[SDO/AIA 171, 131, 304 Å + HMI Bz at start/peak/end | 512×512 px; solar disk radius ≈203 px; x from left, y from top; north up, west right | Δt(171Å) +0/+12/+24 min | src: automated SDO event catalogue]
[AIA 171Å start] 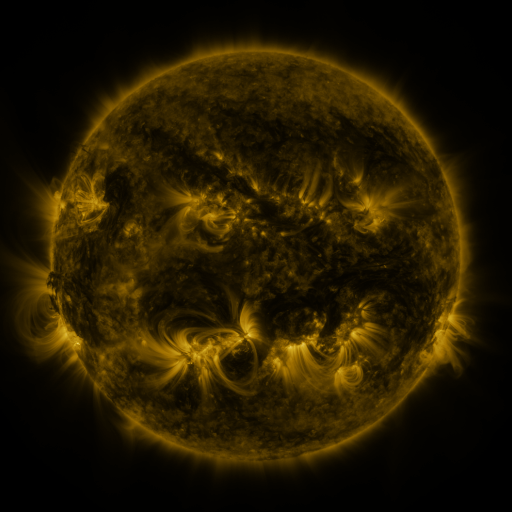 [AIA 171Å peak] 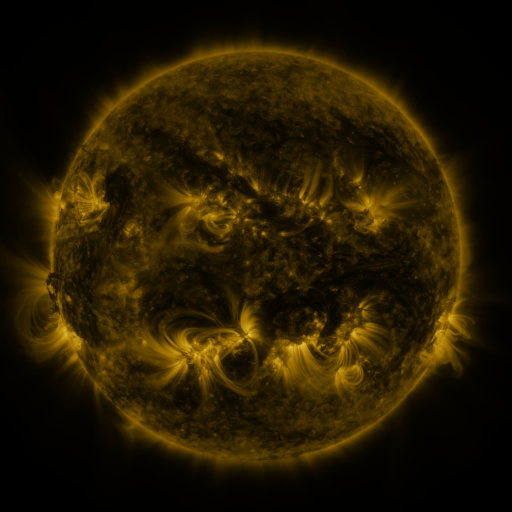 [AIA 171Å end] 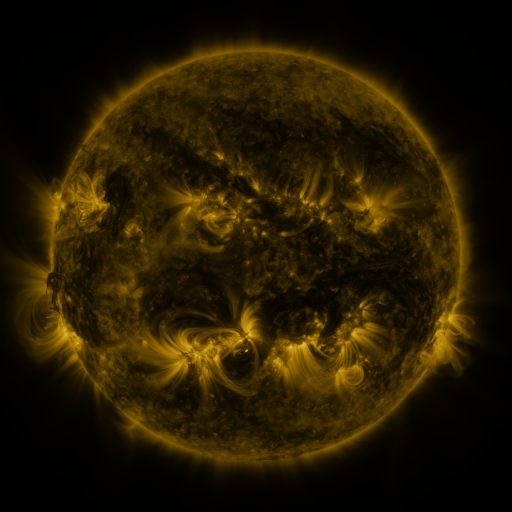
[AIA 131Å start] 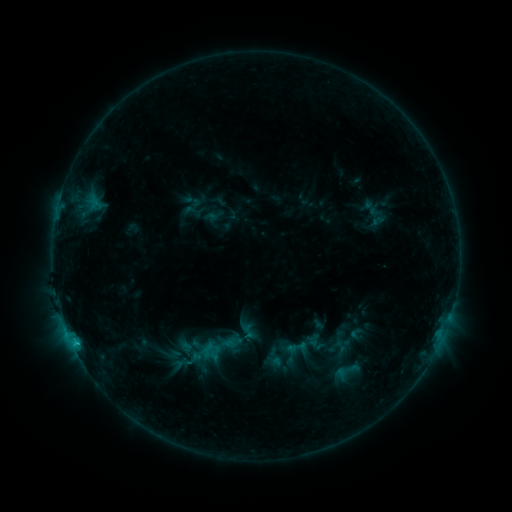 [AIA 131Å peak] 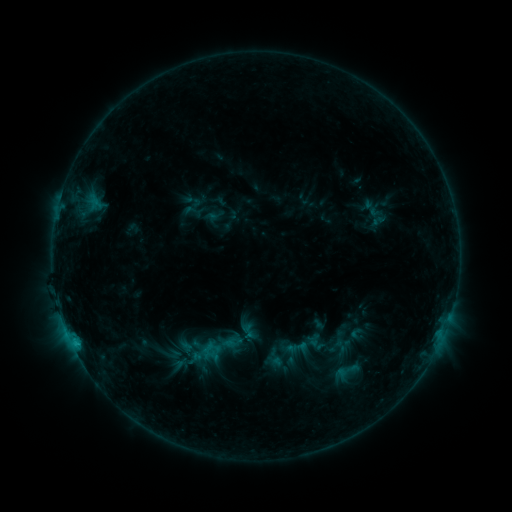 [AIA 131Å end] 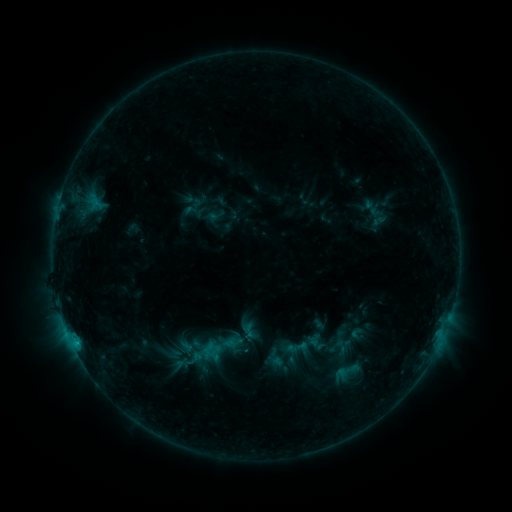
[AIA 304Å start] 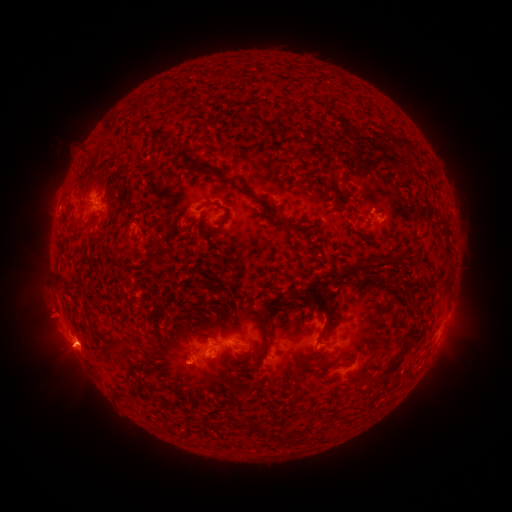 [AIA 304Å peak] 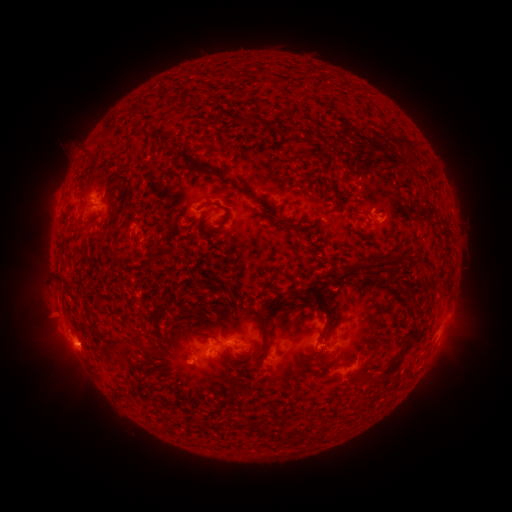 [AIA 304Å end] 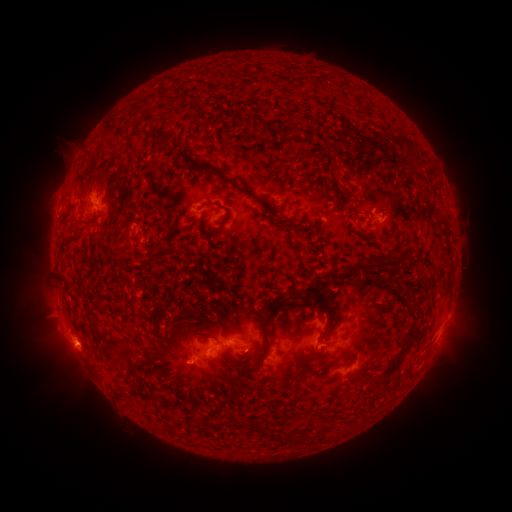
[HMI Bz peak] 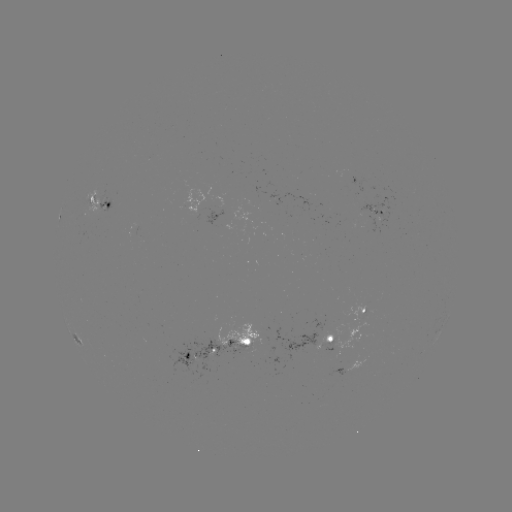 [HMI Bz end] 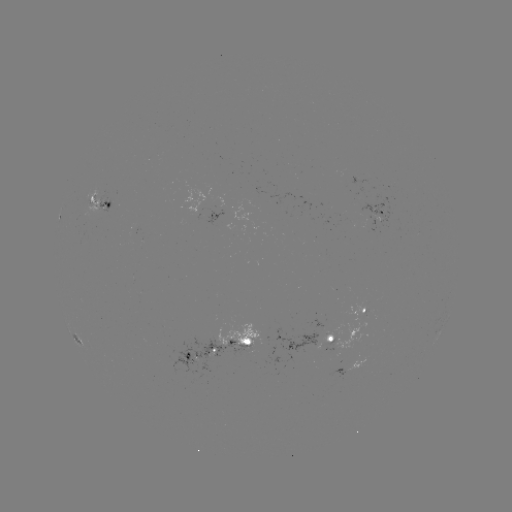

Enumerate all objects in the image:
eruption: (46, 304)
